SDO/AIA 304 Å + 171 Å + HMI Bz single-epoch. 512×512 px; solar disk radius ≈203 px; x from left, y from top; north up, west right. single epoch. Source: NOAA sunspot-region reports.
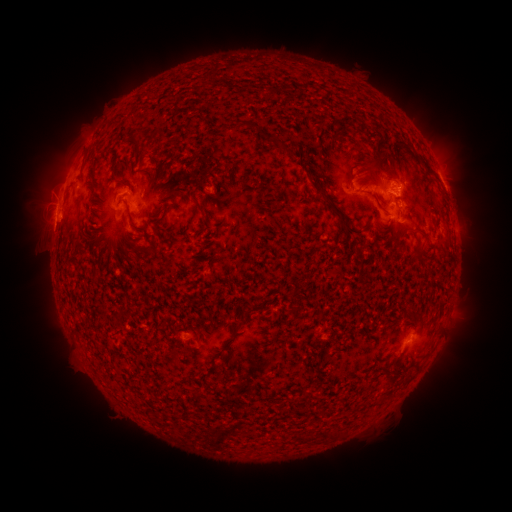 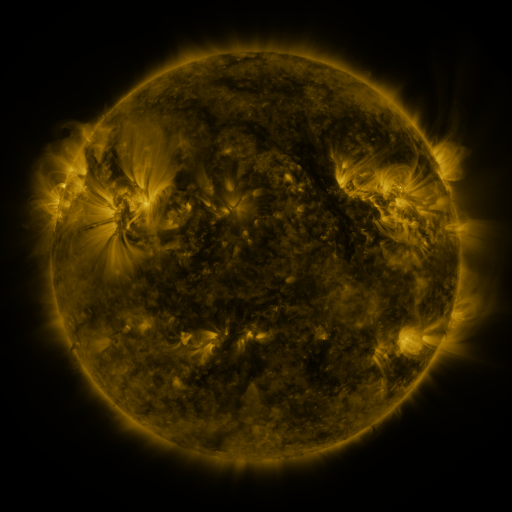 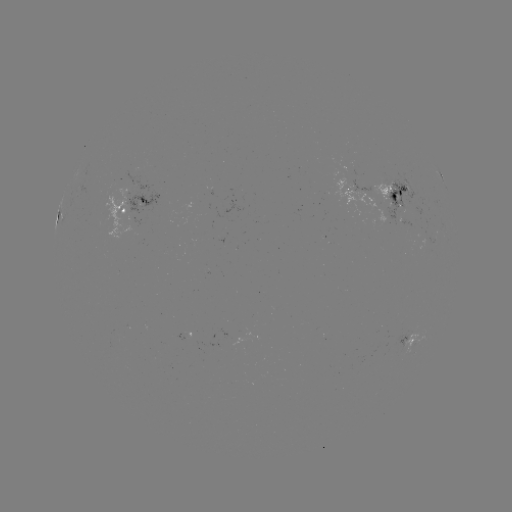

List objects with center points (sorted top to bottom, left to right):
spotted active region: (441, 175)
spotted active region: (344, 186)
spotted active region: (394, 196)
spotted active region: (130, 204)
spotted active region: (399, 216)
spotted active region: (408, 339)
